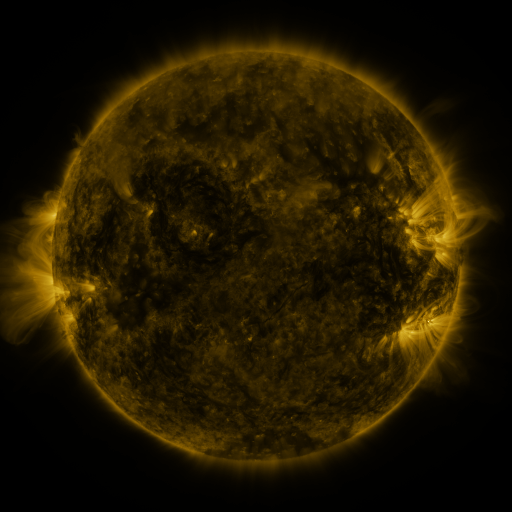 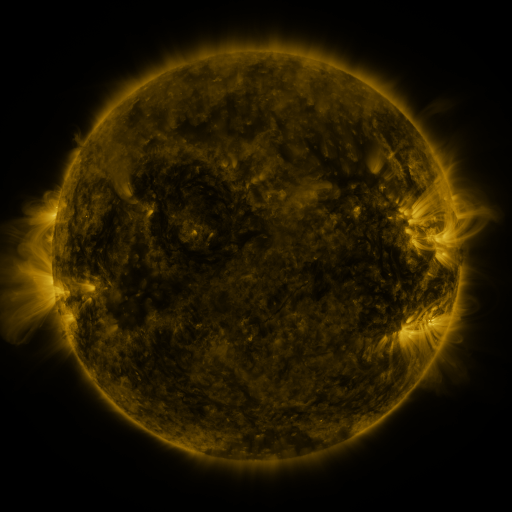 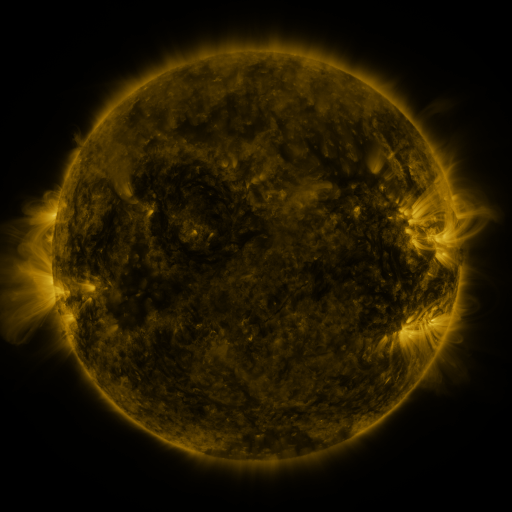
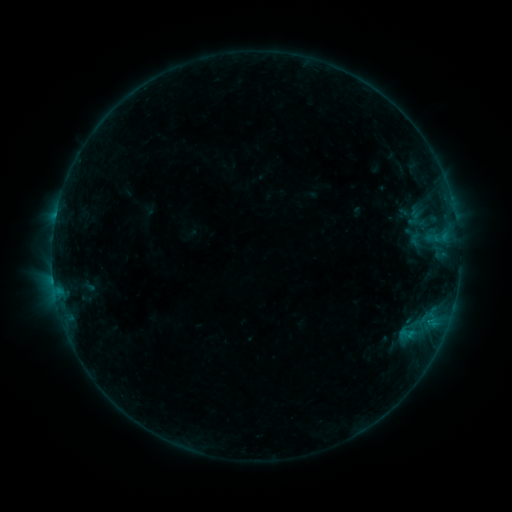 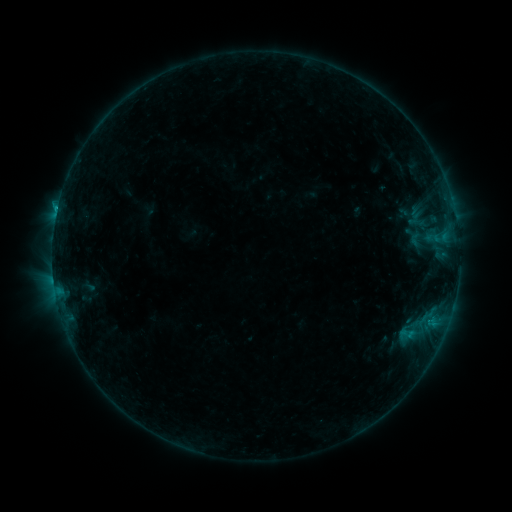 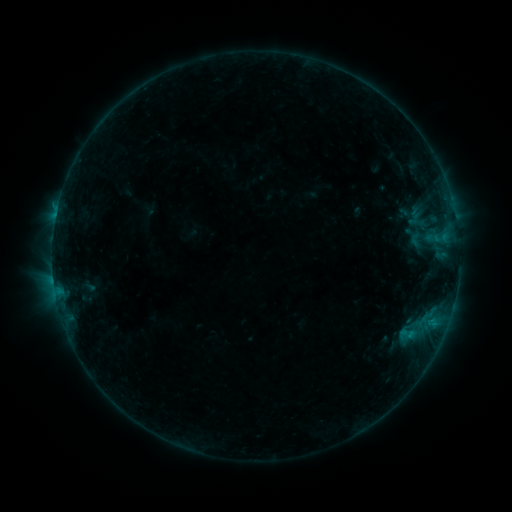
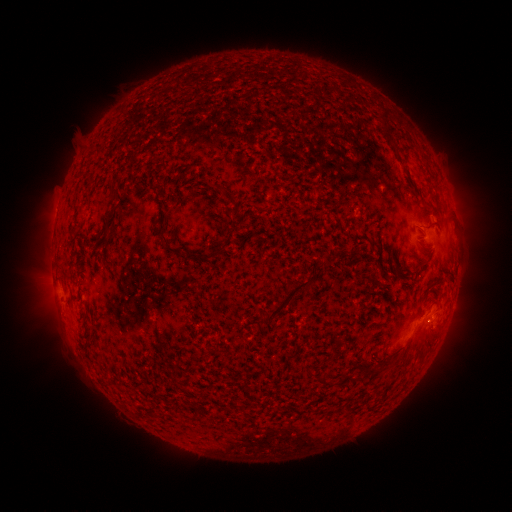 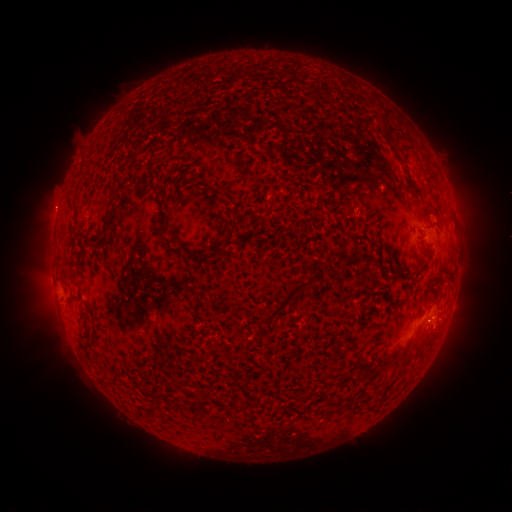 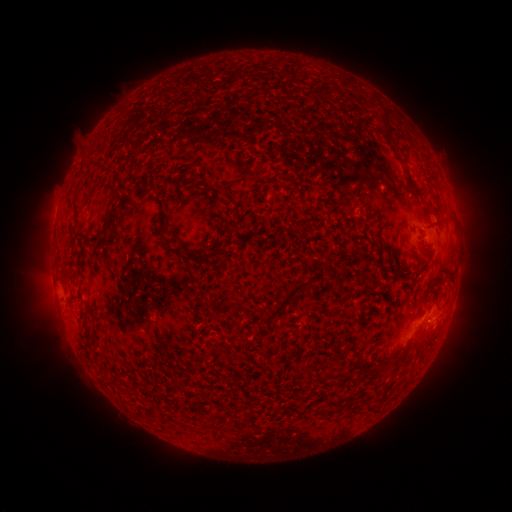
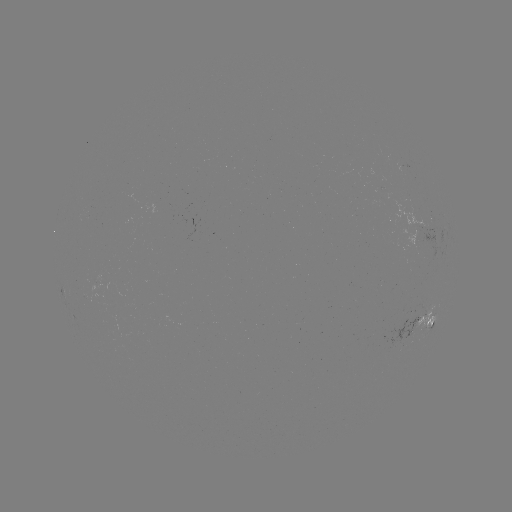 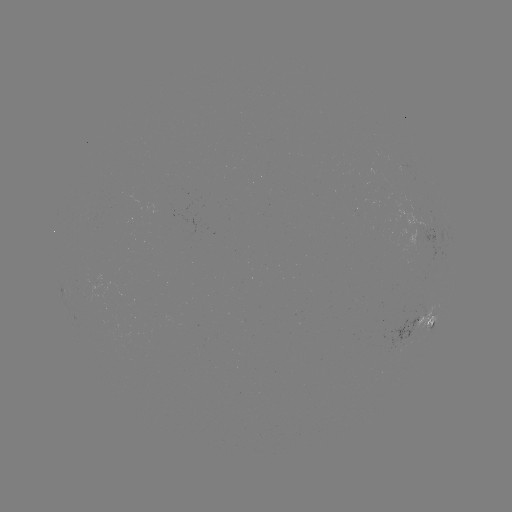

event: eruption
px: (55, 208)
